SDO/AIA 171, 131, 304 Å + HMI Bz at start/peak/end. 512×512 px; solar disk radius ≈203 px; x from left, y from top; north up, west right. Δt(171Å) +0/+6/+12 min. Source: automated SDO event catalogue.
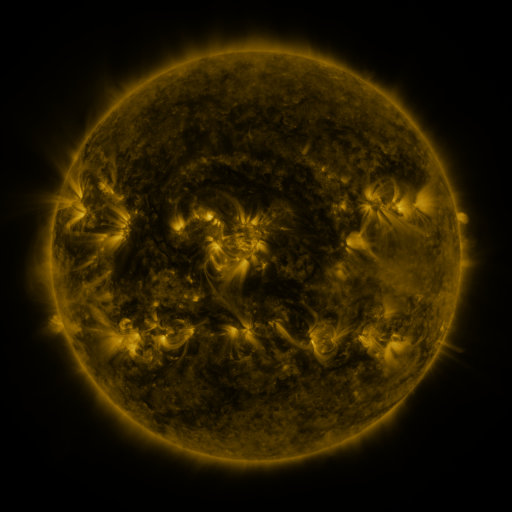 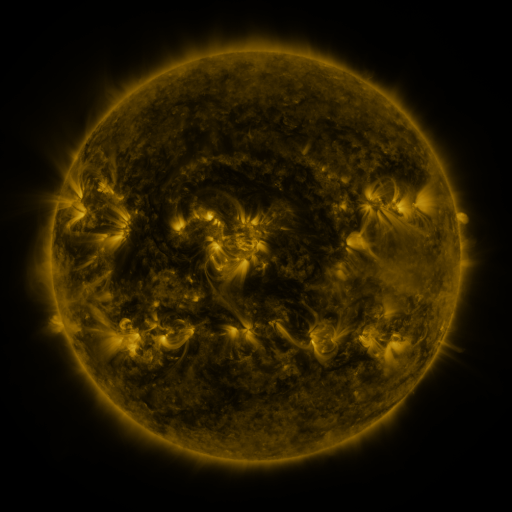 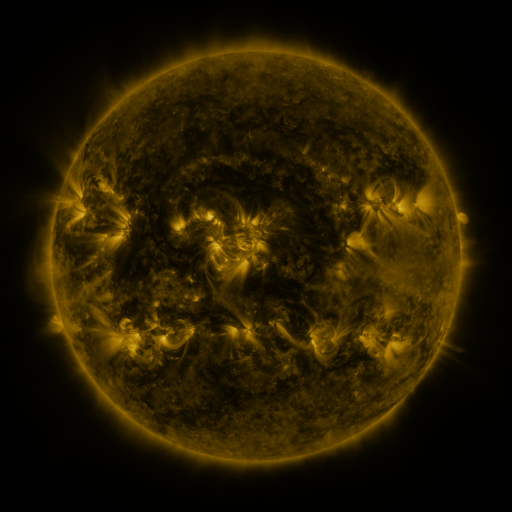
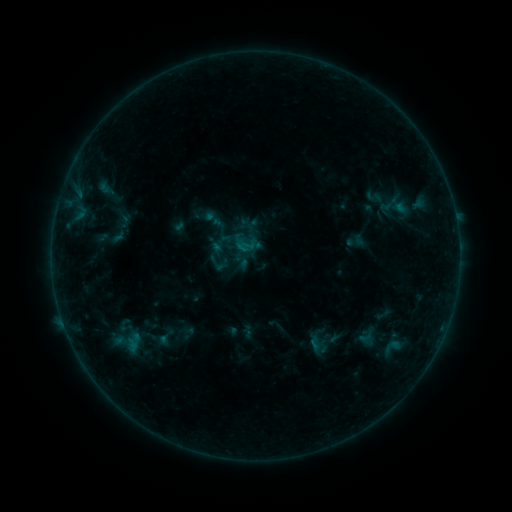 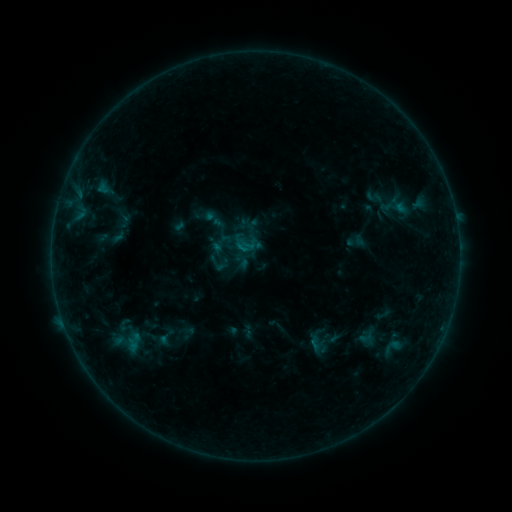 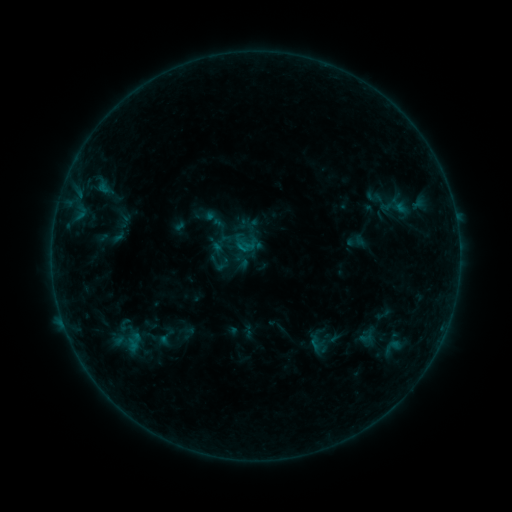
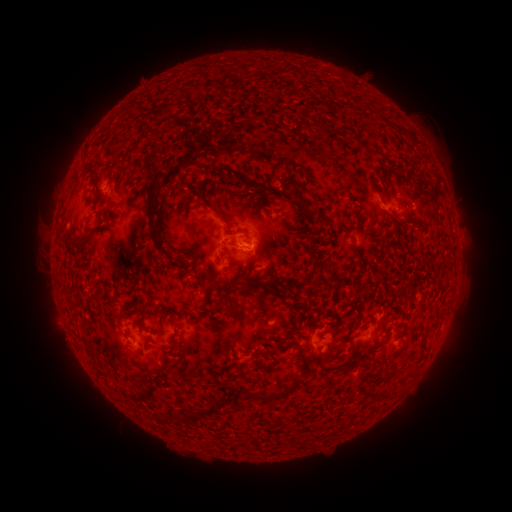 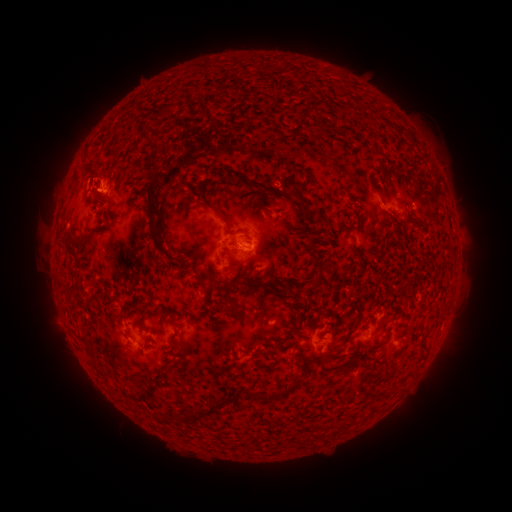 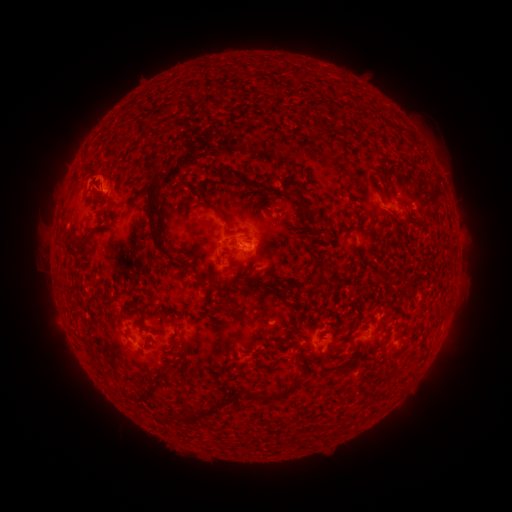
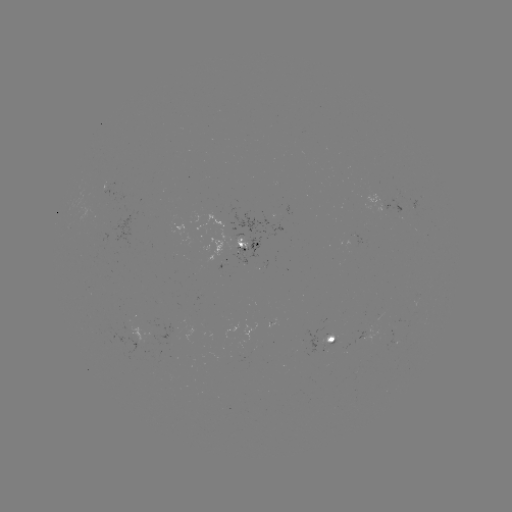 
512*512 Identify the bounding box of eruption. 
[69, 146, 121, 221].